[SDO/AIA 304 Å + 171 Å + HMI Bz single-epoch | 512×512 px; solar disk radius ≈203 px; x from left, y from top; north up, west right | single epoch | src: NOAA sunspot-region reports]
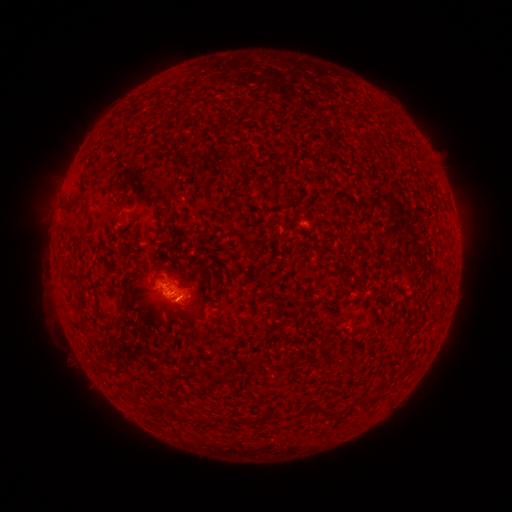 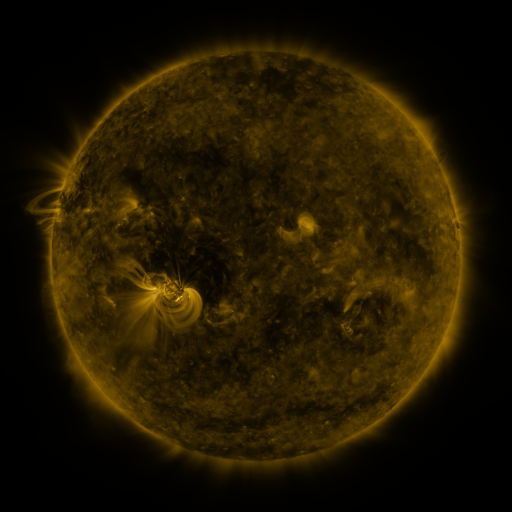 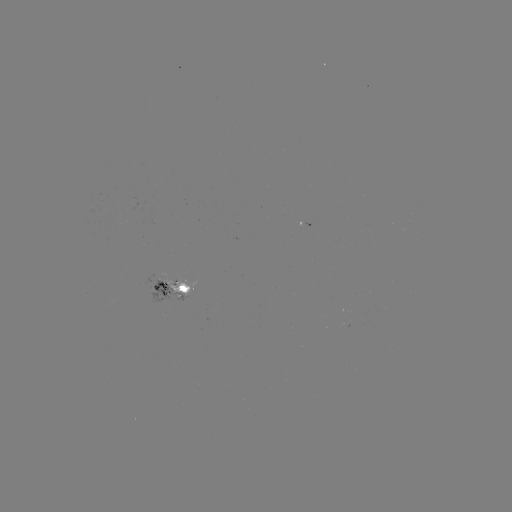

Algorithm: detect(spotted active region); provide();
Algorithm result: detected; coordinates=(173, 289)